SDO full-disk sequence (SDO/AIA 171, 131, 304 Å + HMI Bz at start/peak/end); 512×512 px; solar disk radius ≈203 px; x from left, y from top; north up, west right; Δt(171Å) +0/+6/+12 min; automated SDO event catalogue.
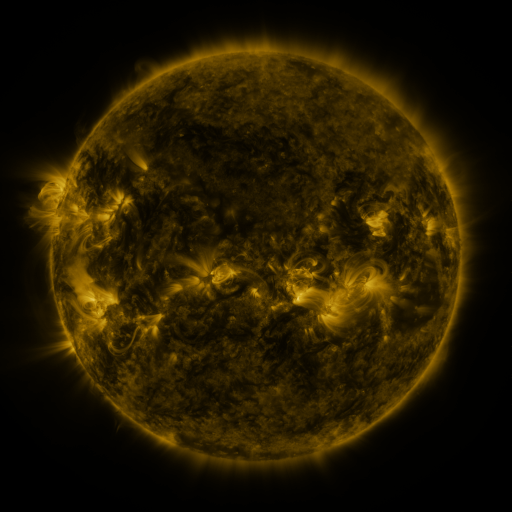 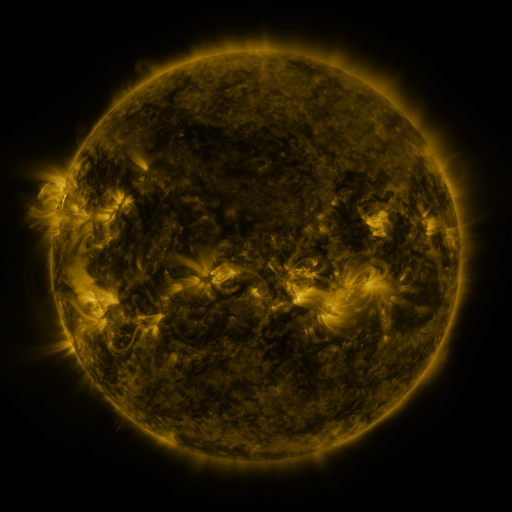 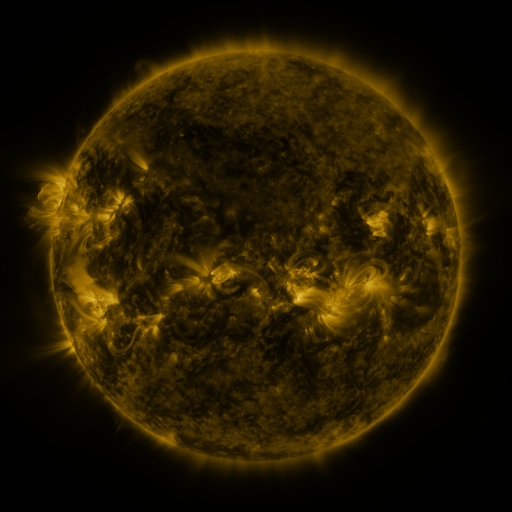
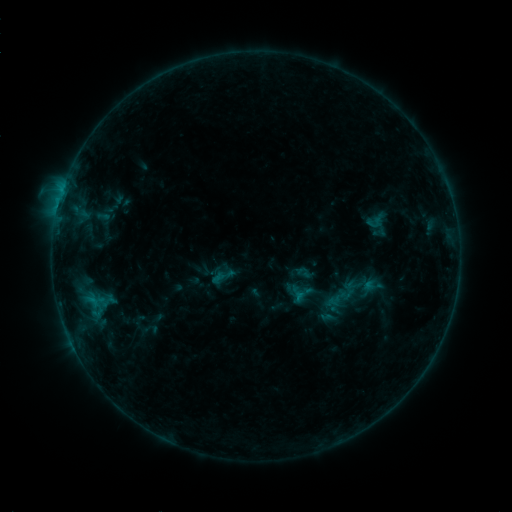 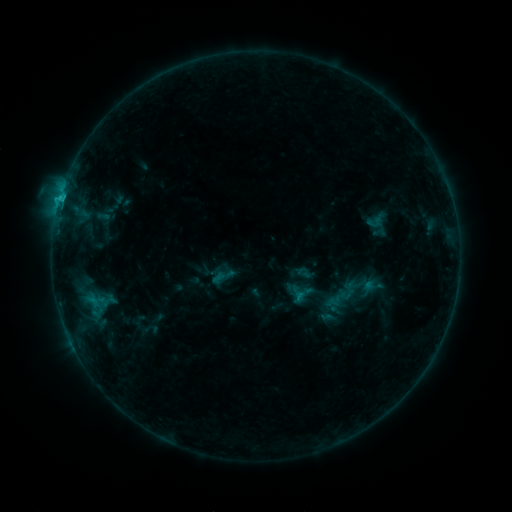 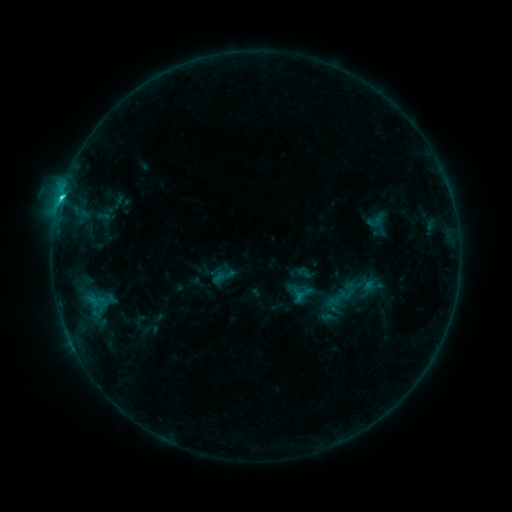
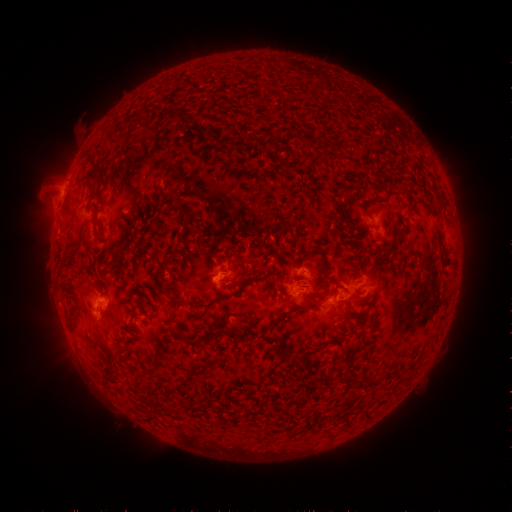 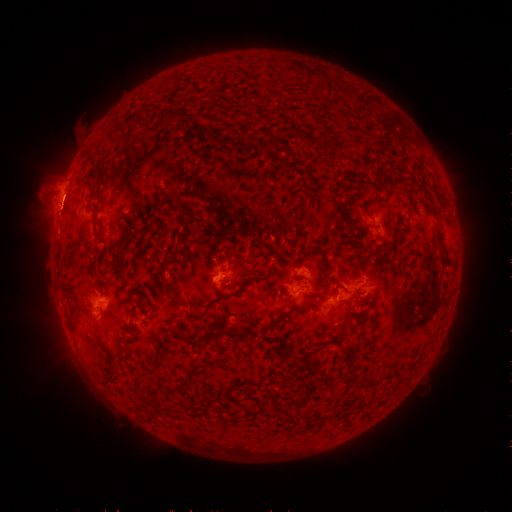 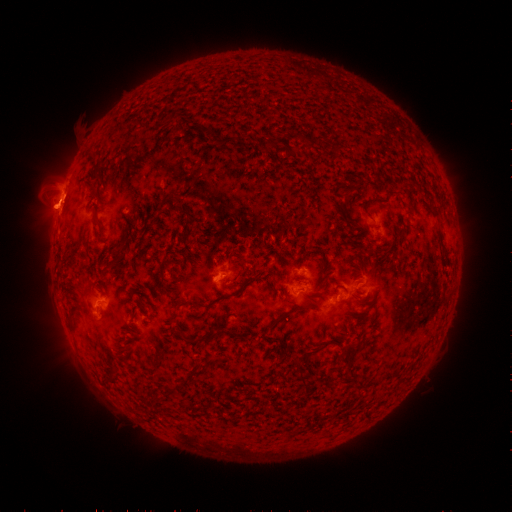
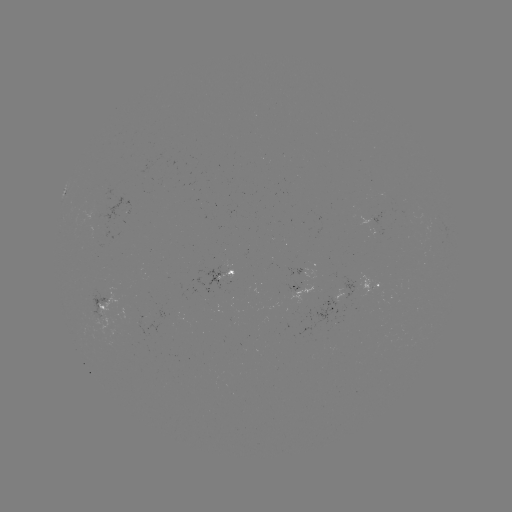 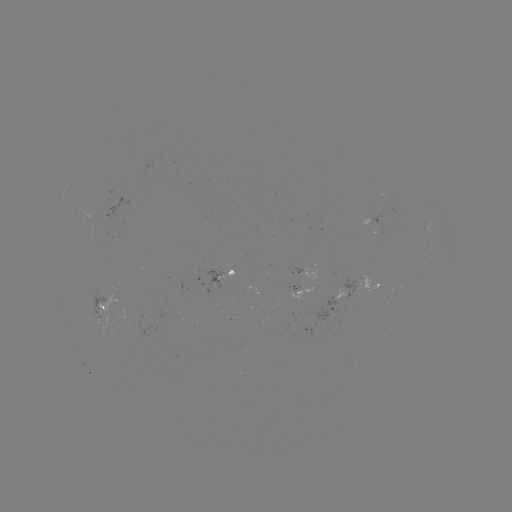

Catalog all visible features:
eruption: (59, 203)
